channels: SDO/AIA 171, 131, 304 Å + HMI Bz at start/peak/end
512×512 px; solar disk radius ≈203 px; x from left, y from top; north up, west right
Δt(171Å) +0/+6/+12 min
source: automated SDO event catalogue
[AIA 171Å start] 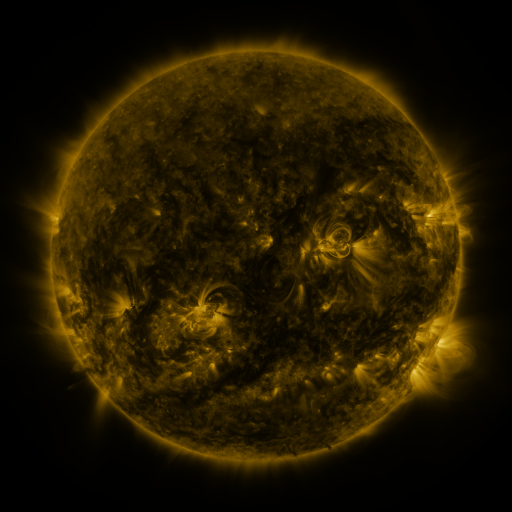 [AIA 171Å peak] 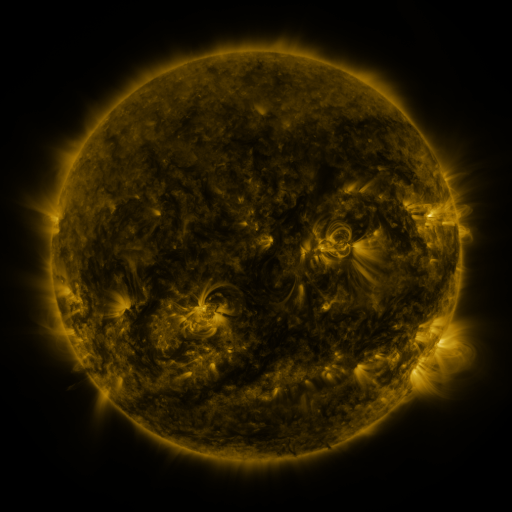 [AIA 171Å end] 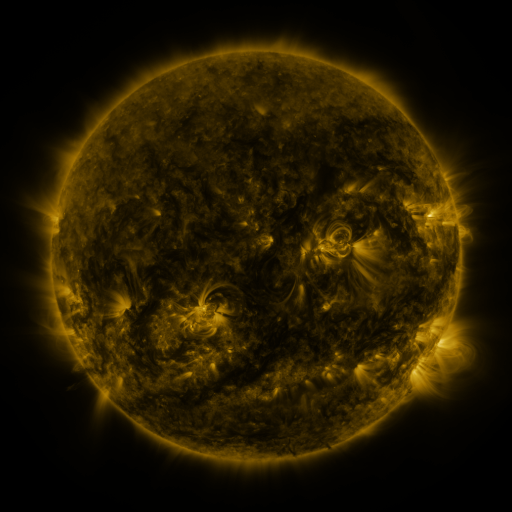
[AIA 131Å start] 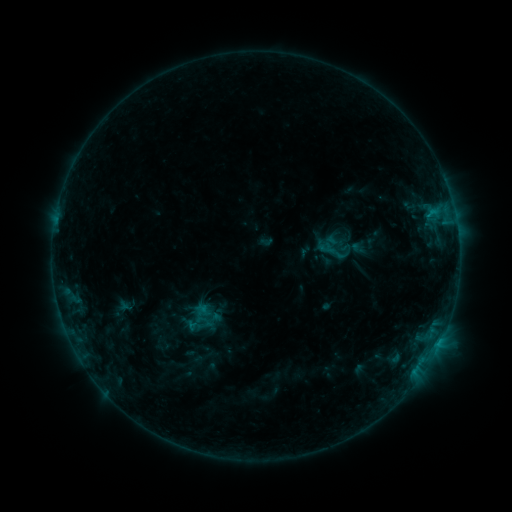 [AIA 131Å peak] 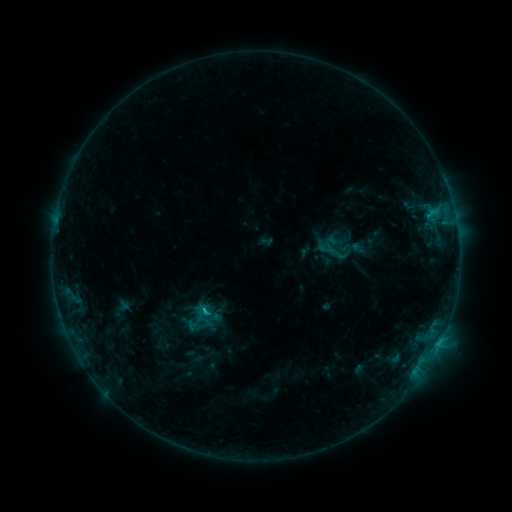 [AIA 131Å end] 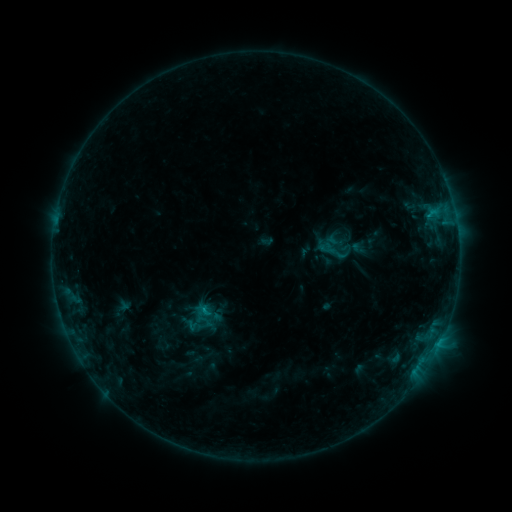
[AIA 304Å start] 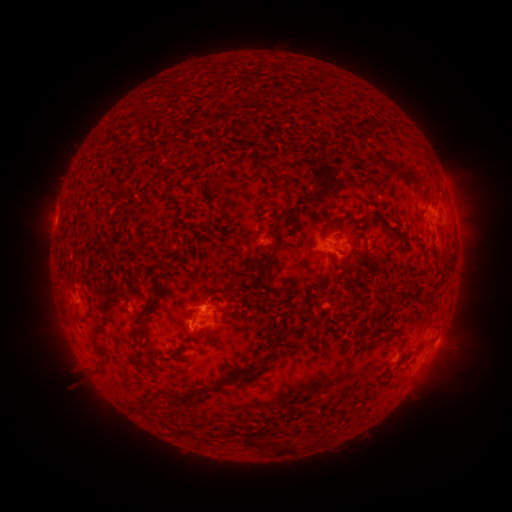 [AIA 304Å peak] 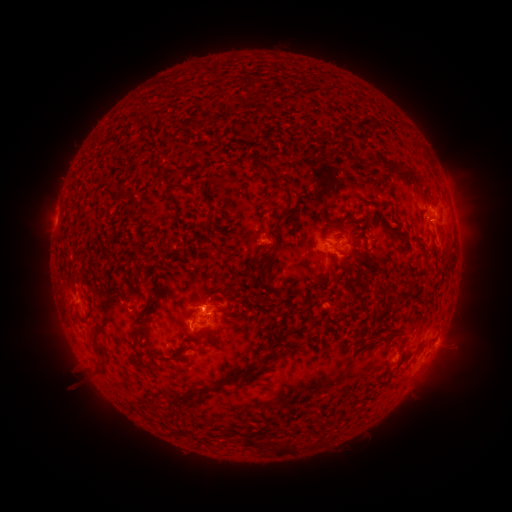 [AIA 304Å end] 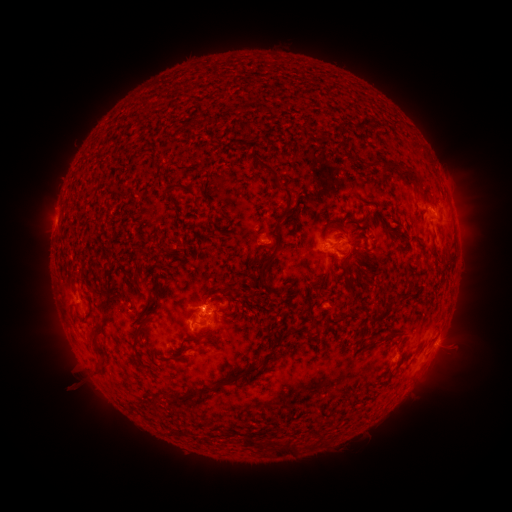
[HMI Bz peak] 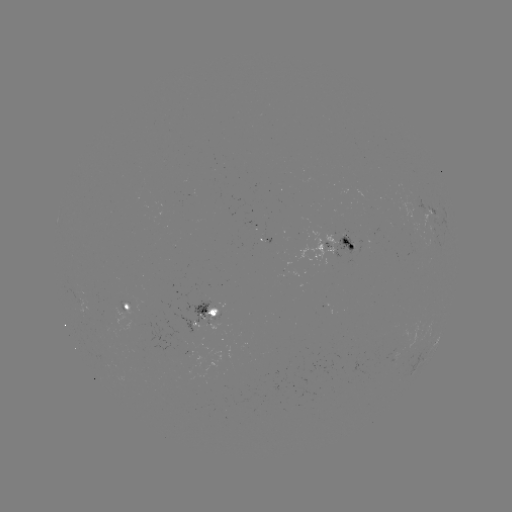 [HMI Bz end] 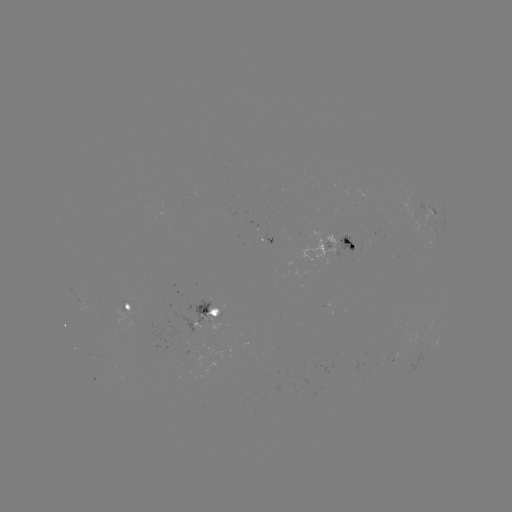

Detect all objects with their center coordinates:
B7.3 flare: (207, 307)
